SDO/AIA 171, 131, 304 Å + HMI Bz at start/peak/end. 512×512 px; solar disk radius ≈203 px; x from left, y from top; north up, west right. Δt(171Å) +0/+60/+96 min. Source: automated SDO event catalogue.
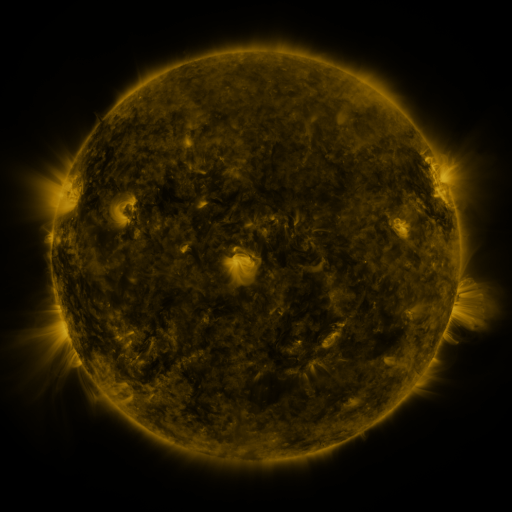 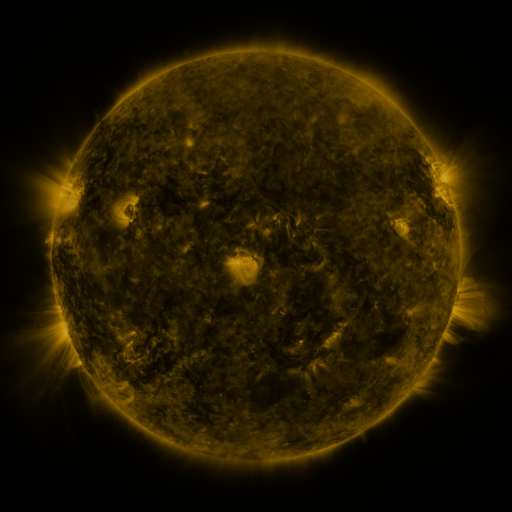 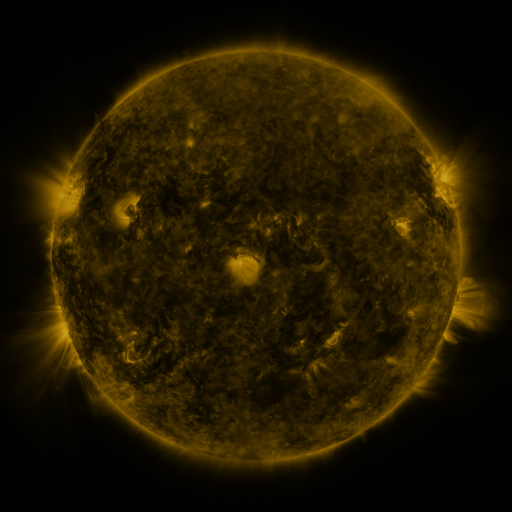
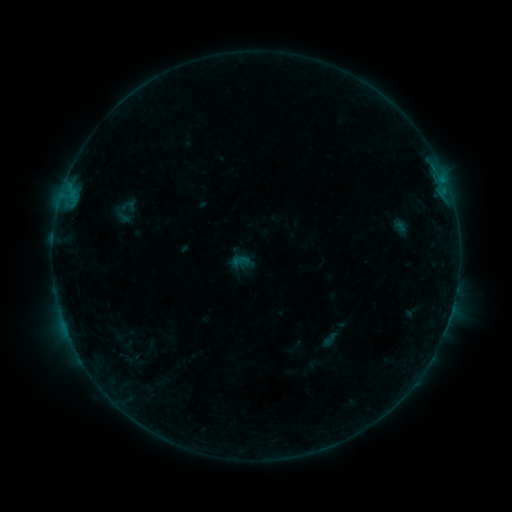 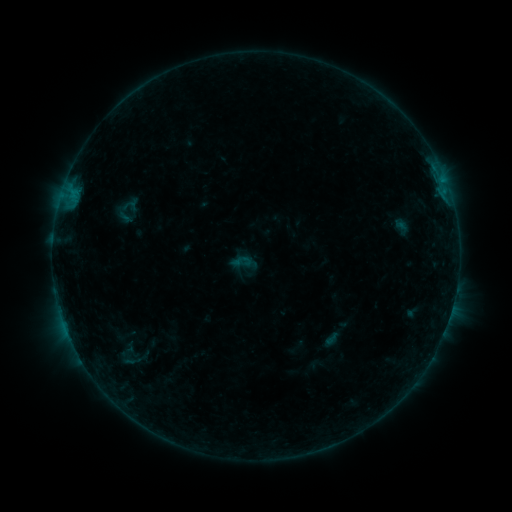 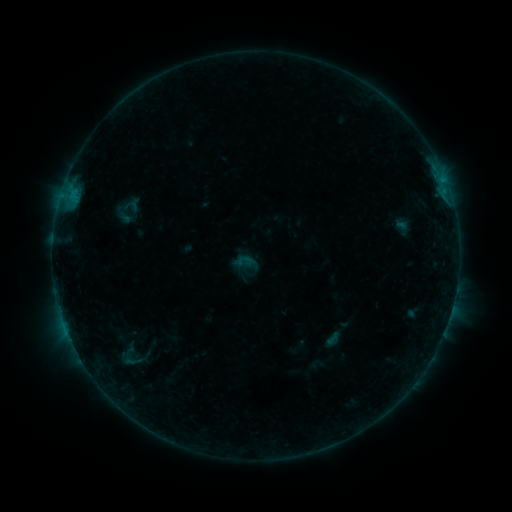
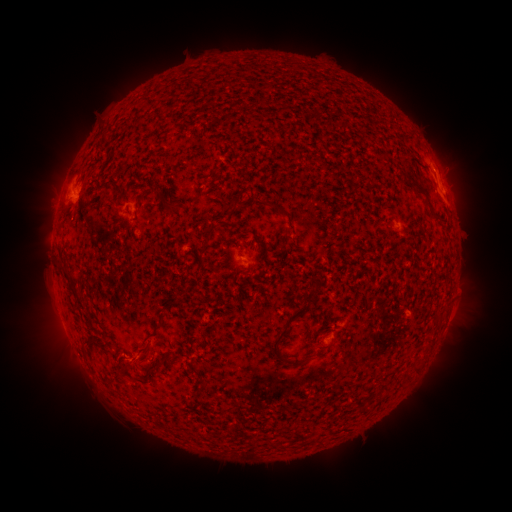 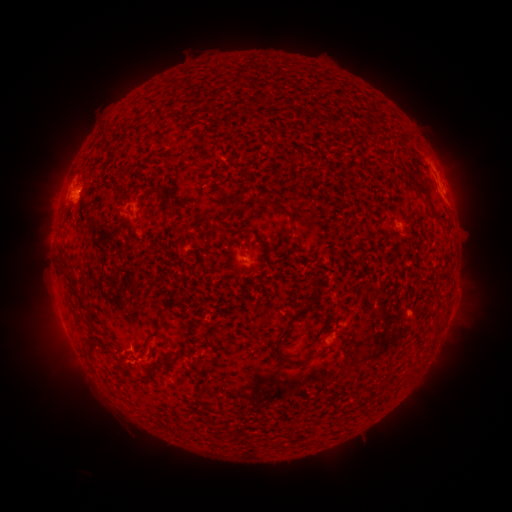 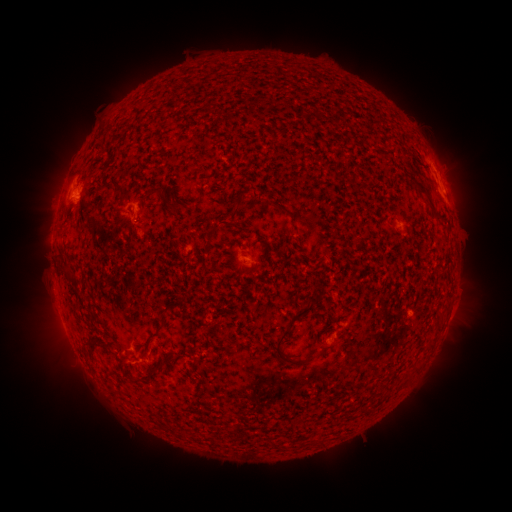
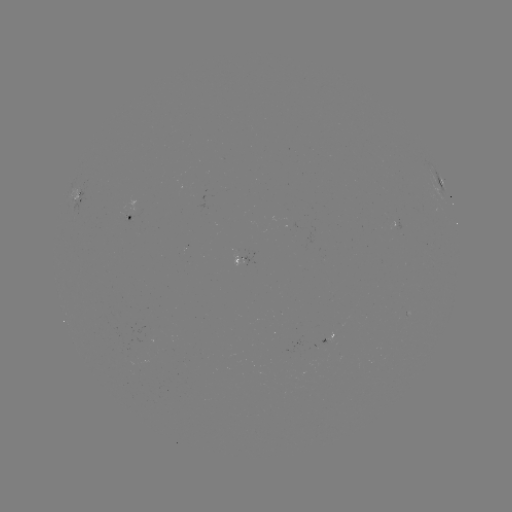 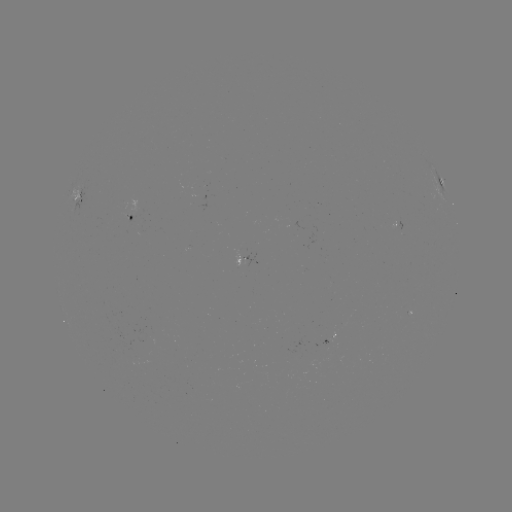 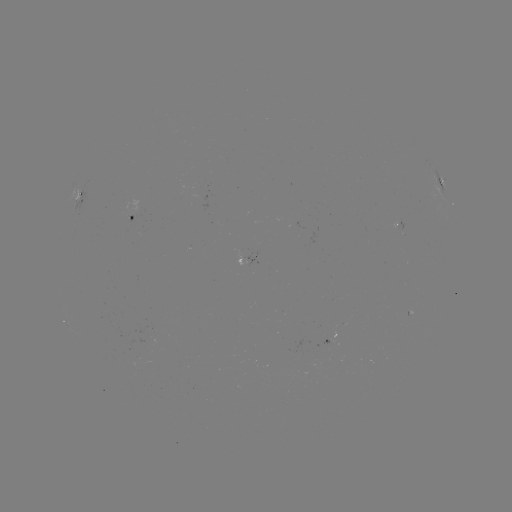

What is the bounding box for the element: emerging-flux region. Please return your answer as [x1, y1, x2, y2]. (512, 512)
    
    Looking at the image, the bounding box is [391, 223, 402, 230].